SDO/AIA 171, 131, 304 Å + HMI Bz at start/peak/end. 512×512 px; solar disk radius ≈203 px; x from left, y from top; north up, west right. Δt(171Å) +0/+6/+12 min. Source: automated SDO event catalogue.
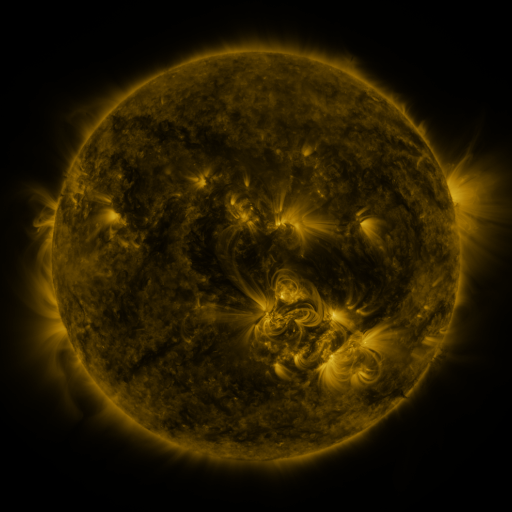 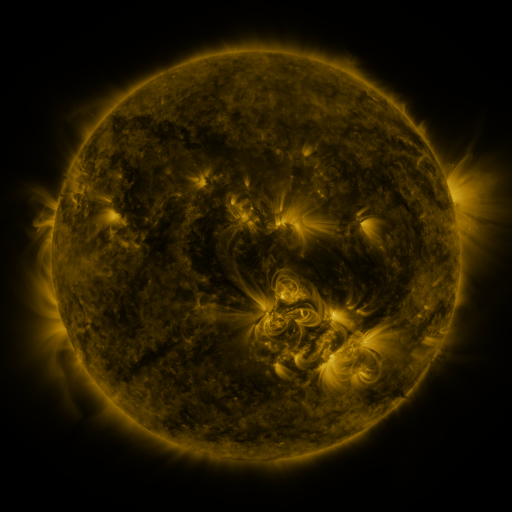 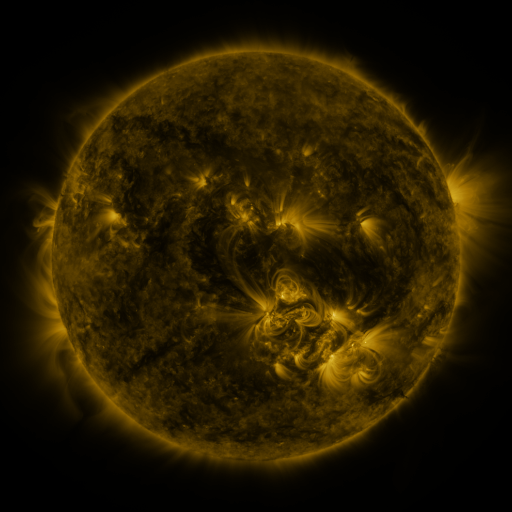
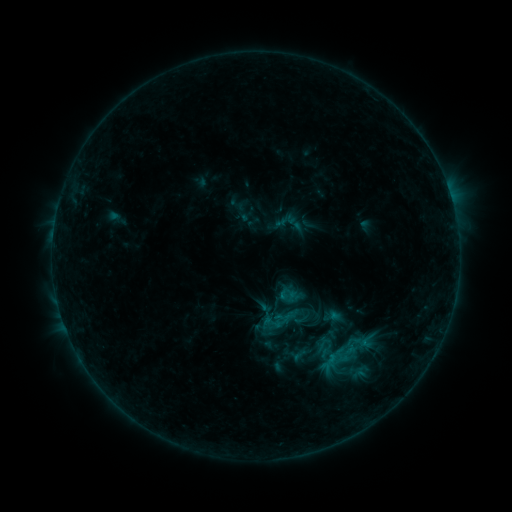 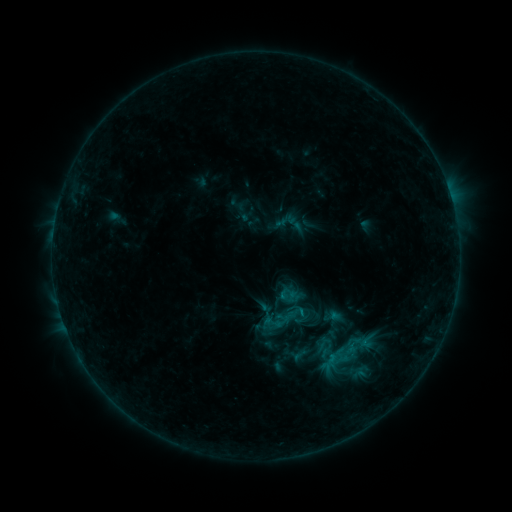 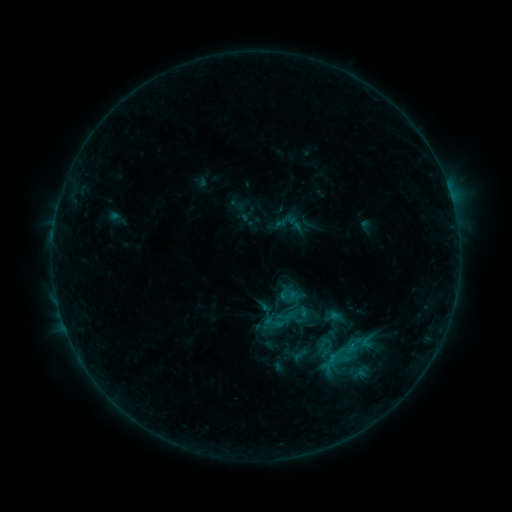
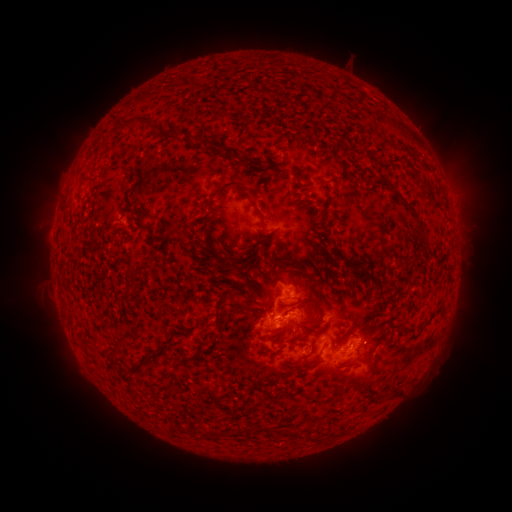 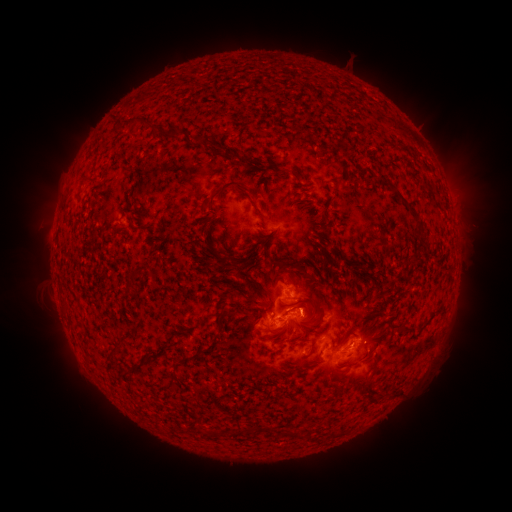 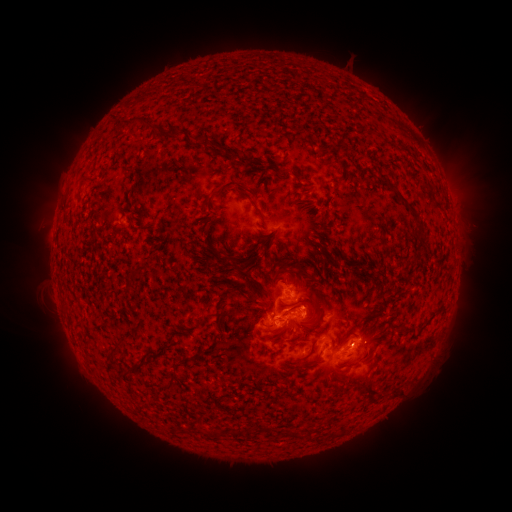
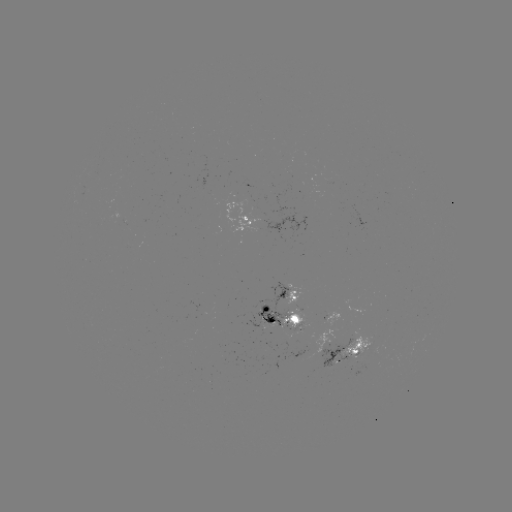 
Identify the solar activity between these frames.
eruption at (312, 305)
